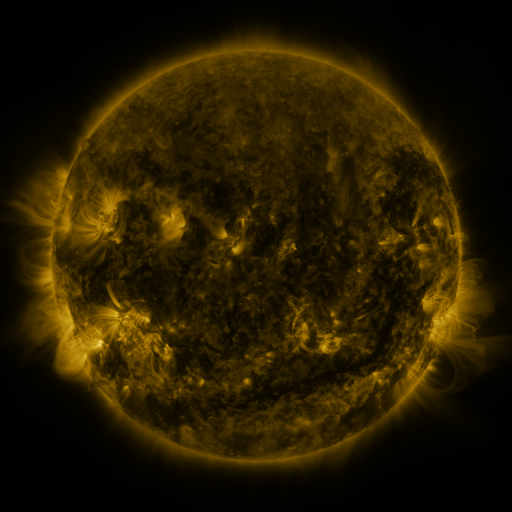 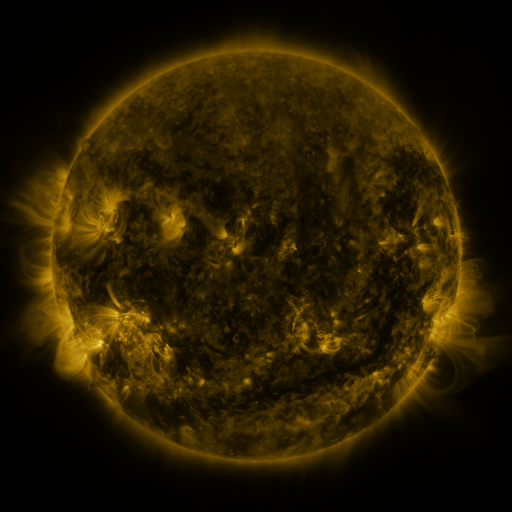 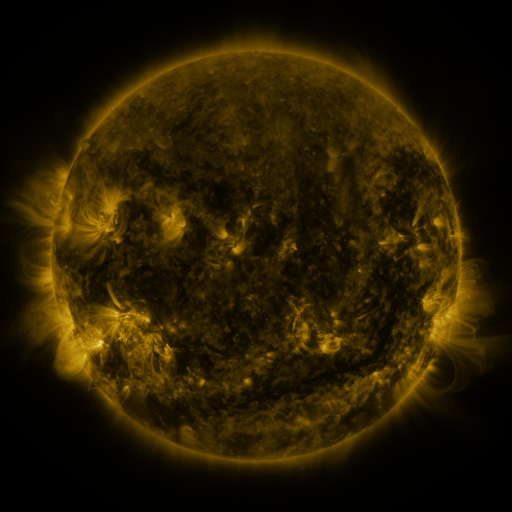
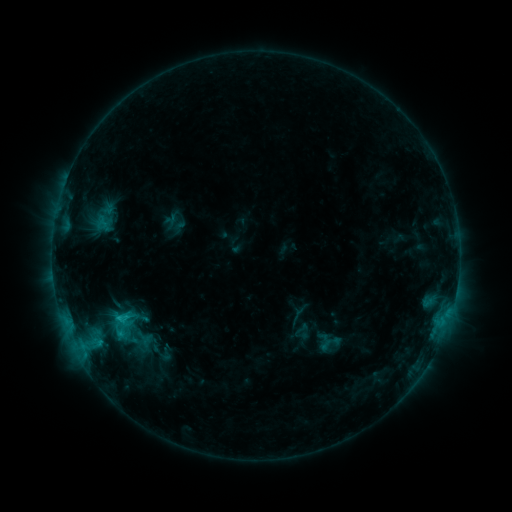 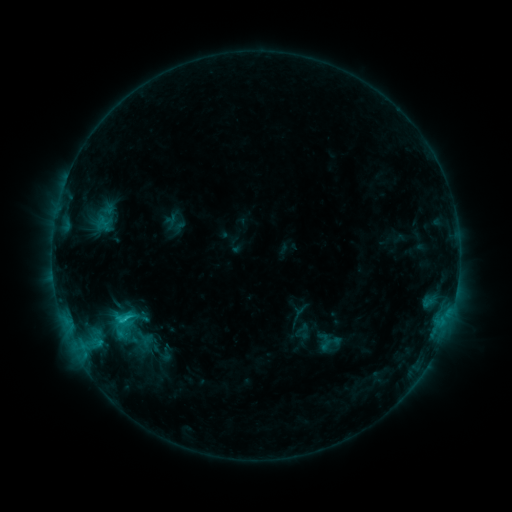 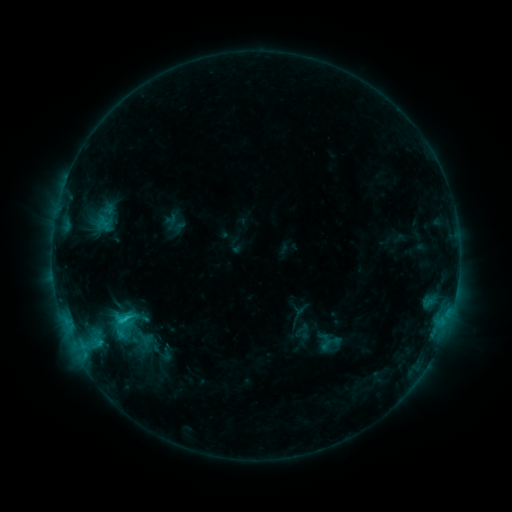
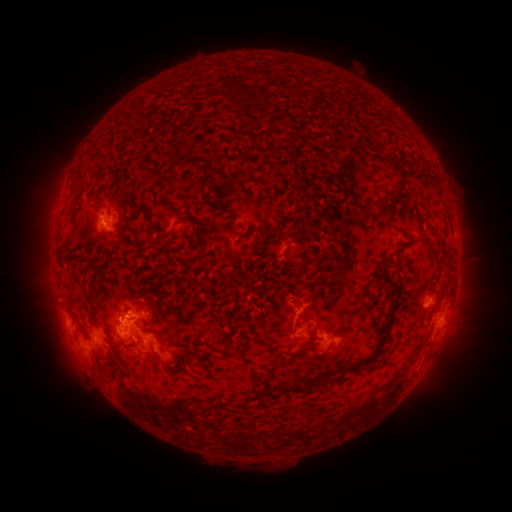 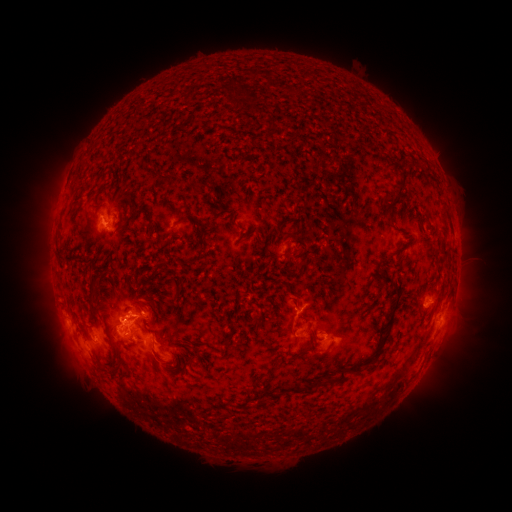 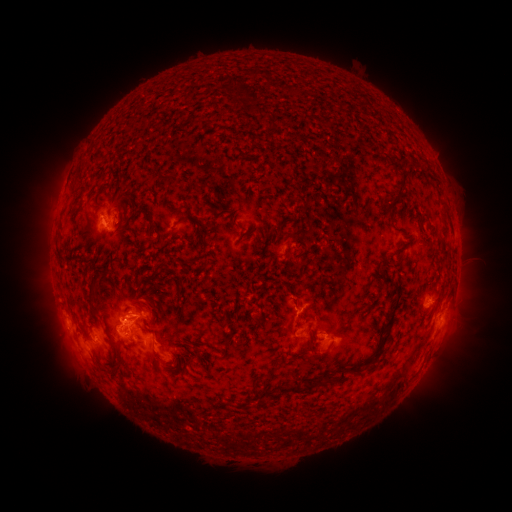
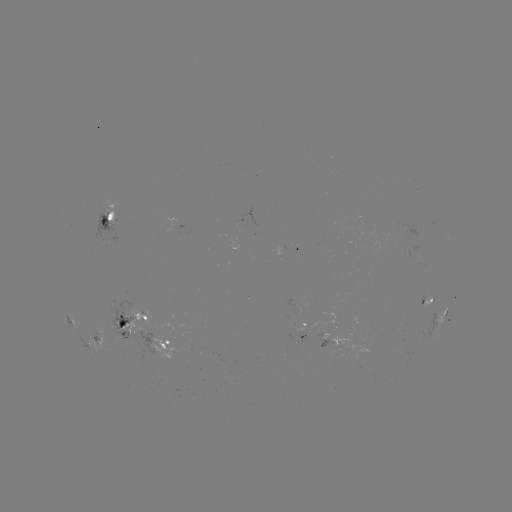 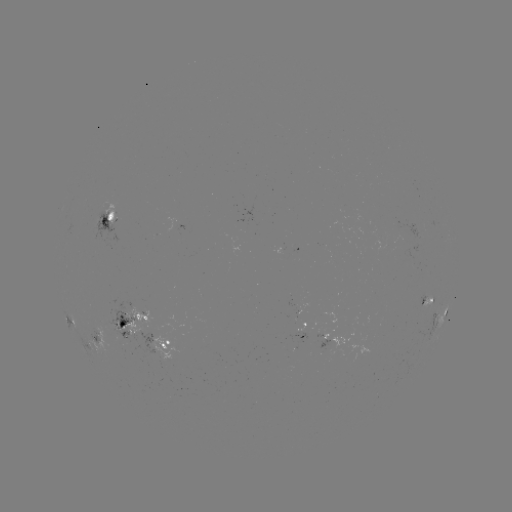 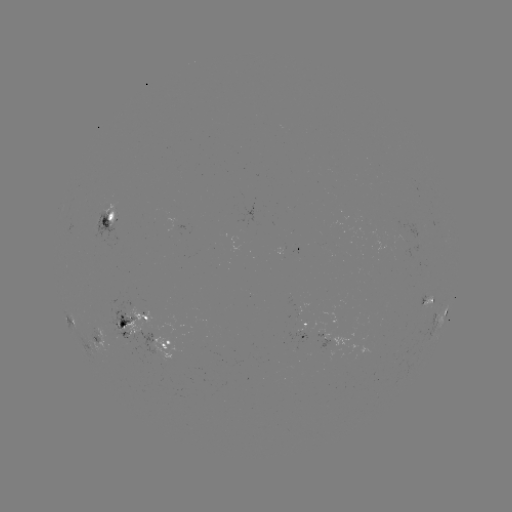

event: flare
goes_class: C1.9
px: (125, 317)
